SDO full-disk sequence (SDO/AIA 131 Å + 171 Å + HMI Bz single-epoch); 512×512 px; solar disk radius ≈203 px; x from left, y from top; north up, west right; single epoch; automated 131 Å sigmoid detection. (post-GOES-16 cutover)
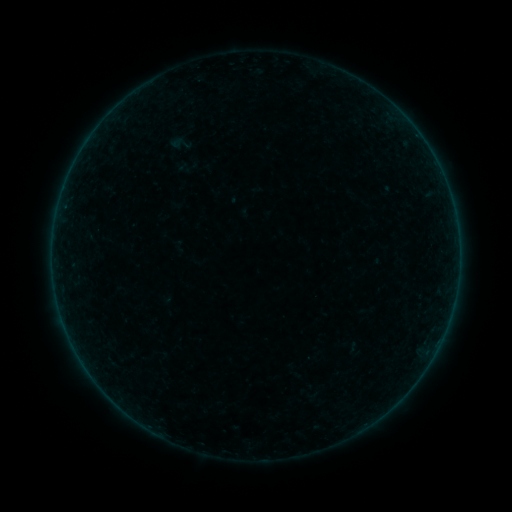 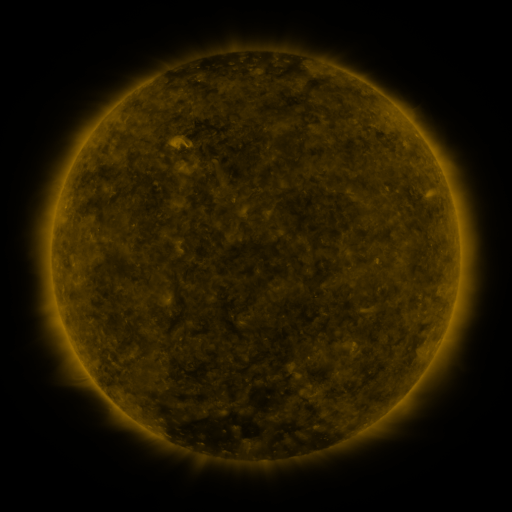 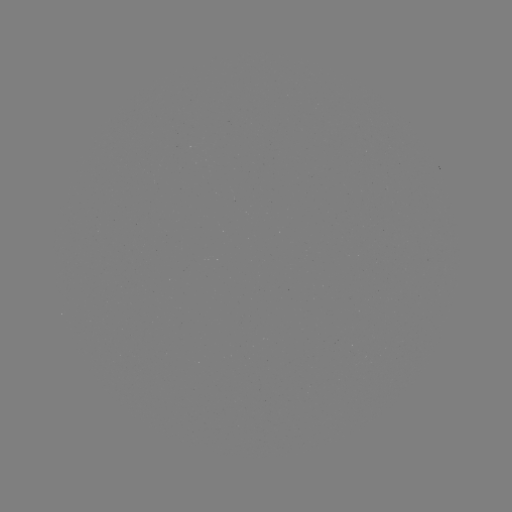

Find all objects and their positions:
sigmoid: (168, 131, 193, 156)
